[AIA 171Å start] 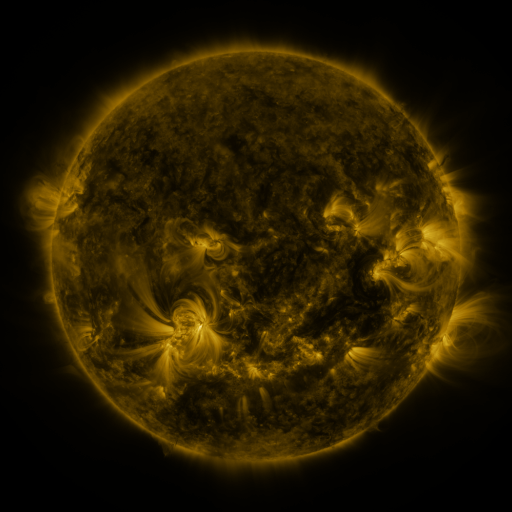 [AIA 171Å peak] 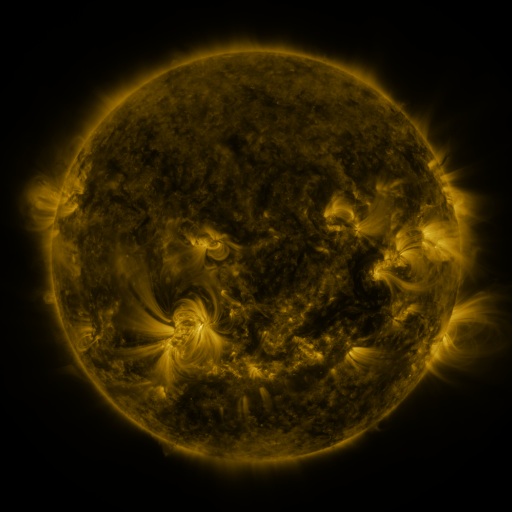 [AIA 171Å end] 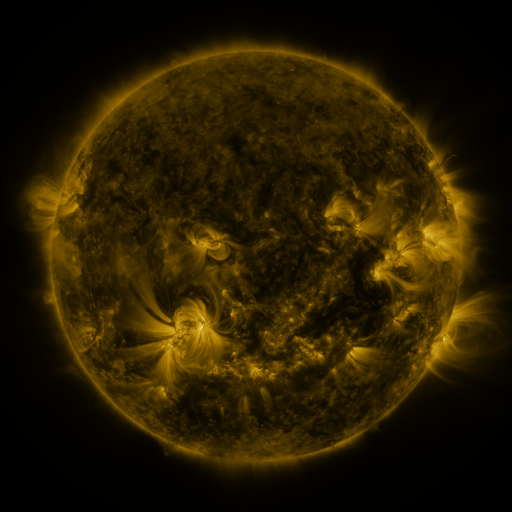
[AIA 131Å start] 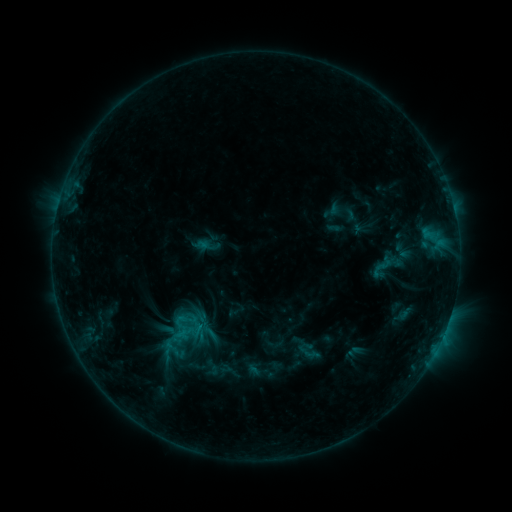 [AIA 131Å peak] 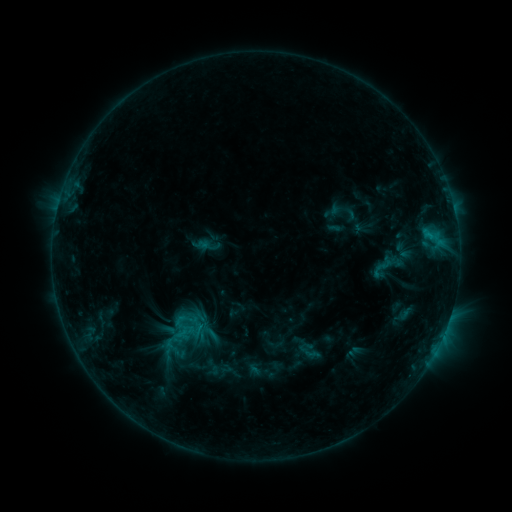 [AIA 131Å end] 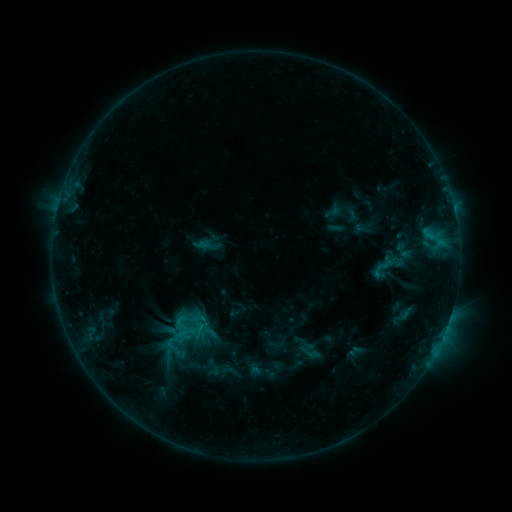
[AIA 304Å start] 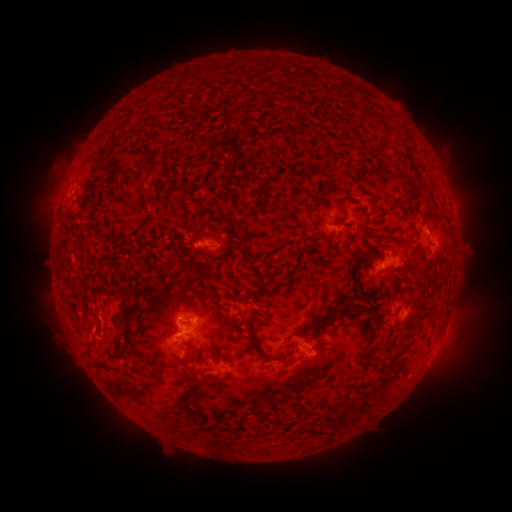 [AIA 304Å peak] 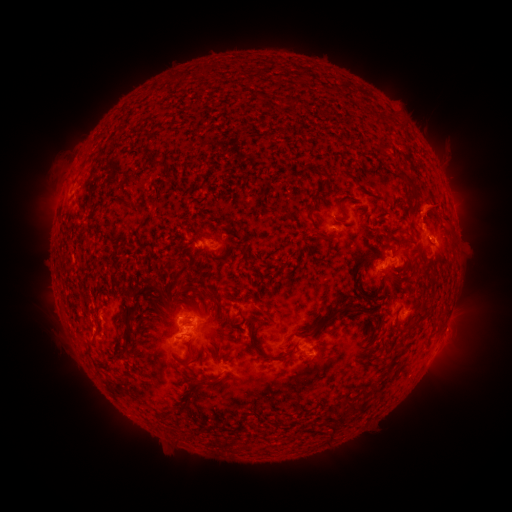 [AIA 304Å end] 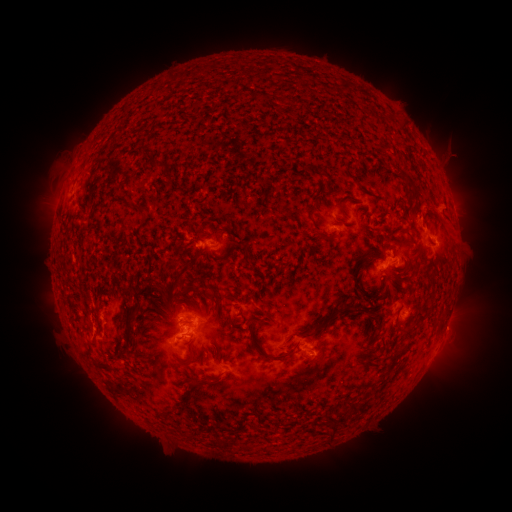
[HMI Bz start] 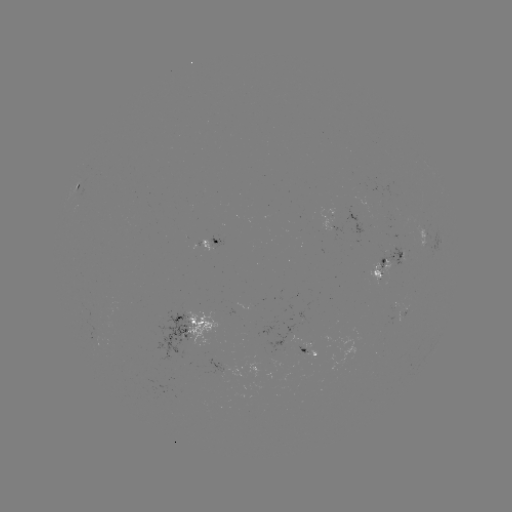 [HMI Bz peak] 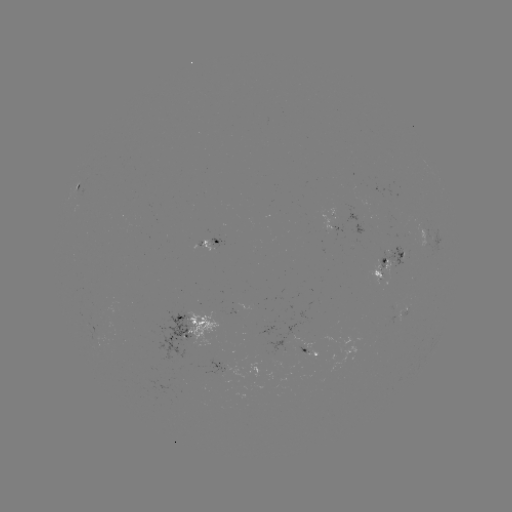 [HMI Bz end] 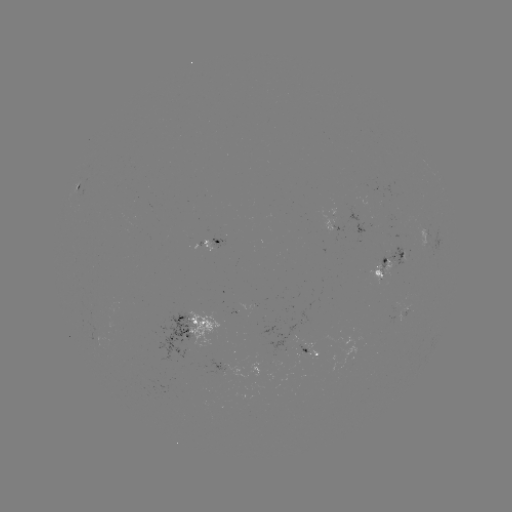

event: eruption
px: (433, 210)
